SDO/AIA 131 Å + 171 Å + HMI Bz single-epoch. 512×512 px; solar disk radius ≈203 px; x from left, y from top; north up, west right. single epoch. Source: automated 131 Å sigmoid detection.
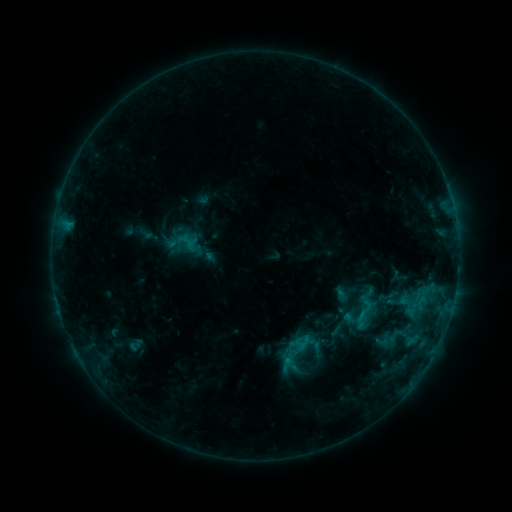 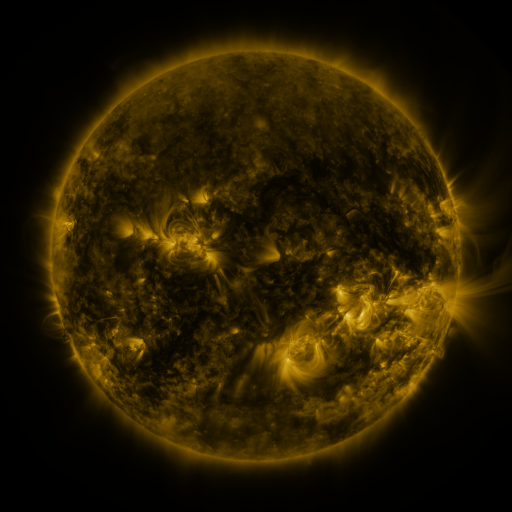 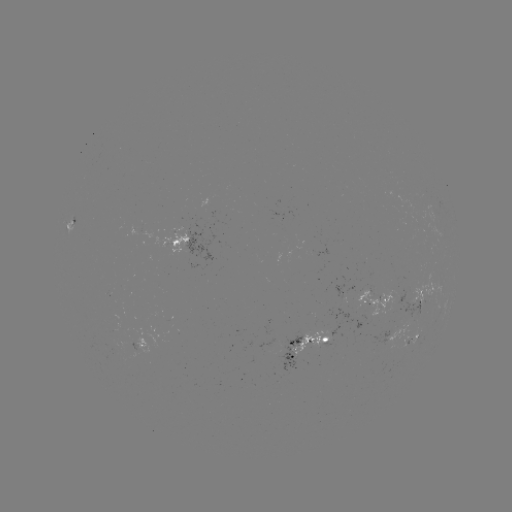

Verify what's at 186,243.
sigmoid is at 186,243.